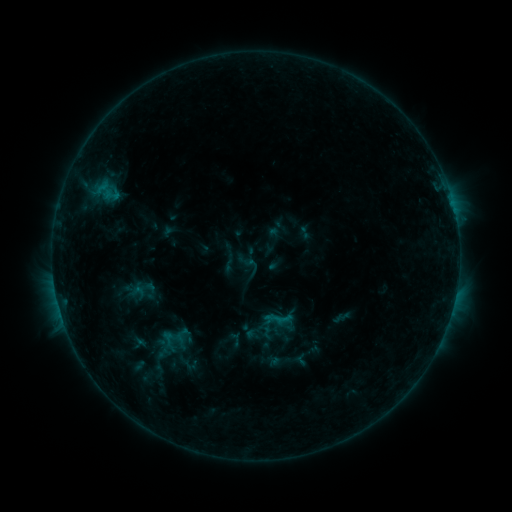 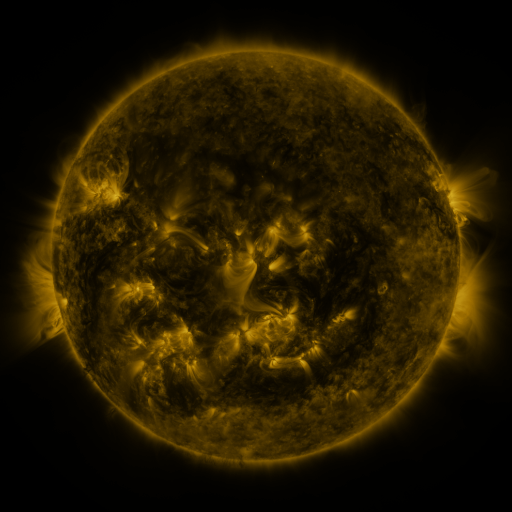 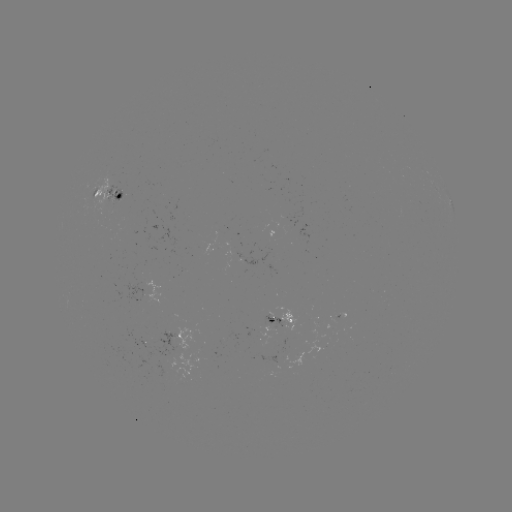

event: sigmoid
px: (249, 265)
